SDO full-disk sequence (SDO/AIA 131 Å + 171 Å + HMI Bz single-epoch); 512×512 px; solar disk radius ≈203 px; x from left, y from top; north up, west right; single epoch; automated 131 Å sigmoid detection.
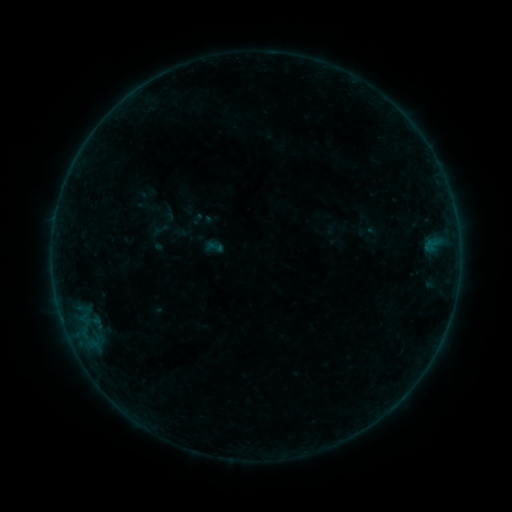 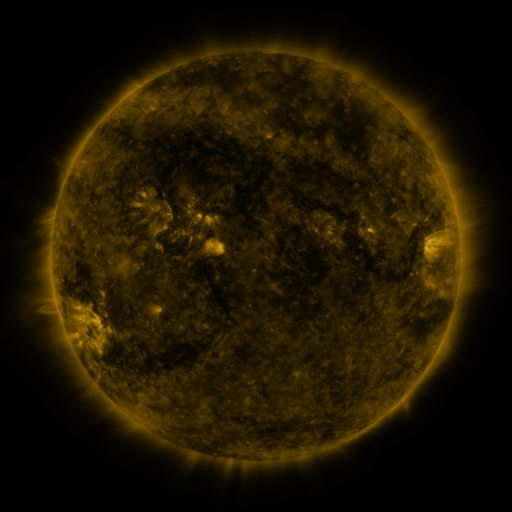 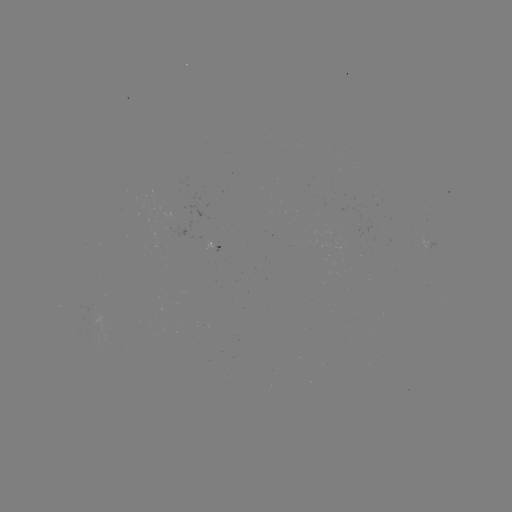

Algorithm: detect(sigmoid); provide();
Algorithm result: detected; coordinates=(215, 247)